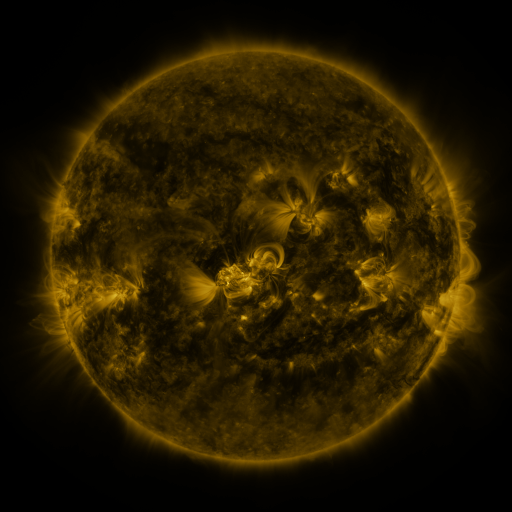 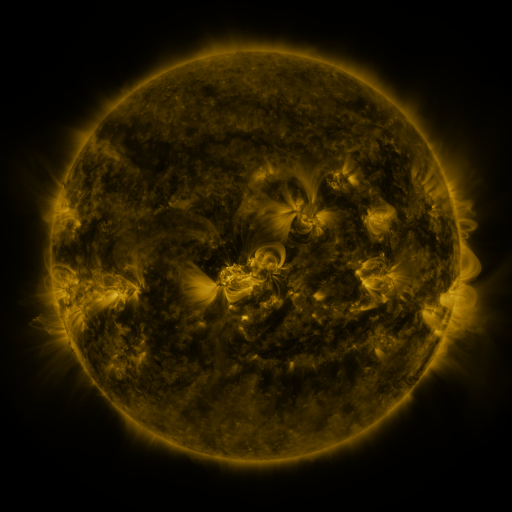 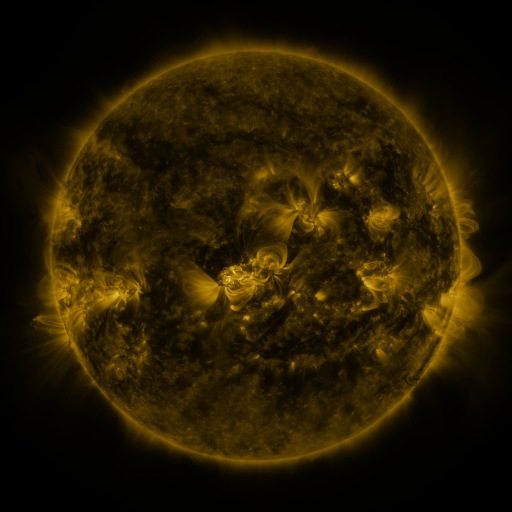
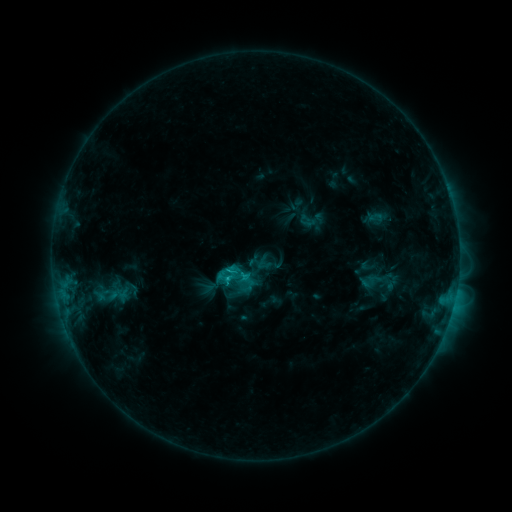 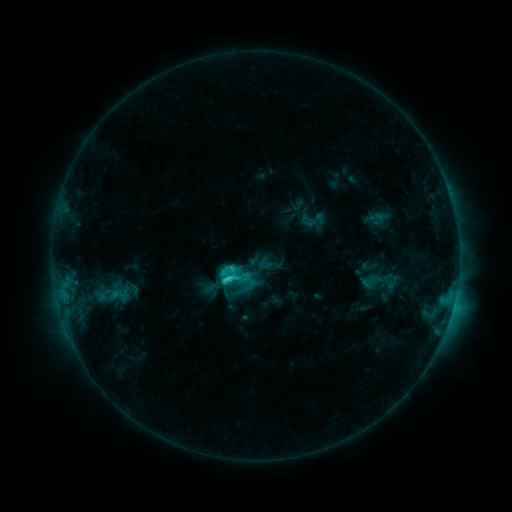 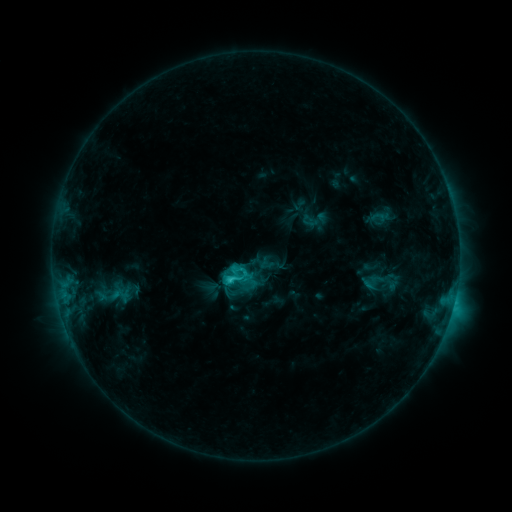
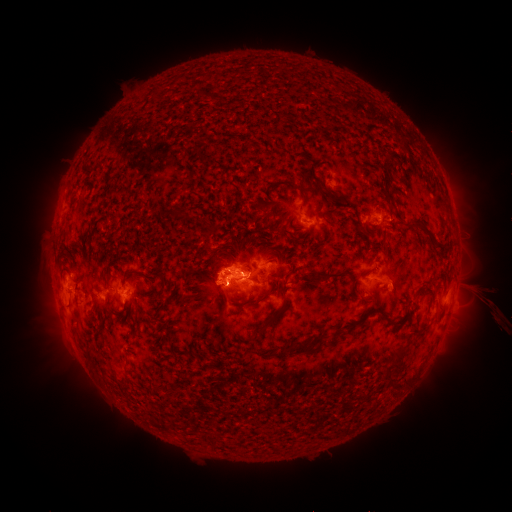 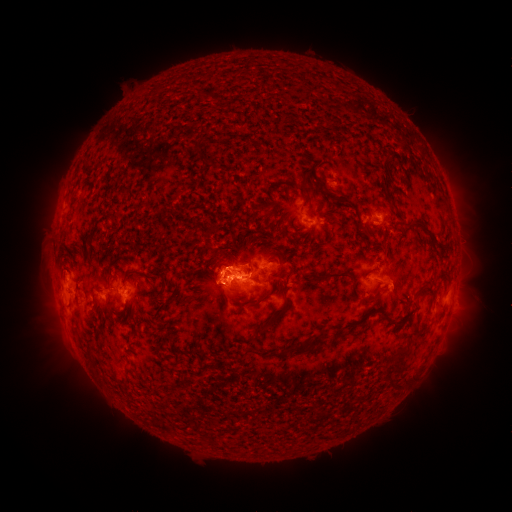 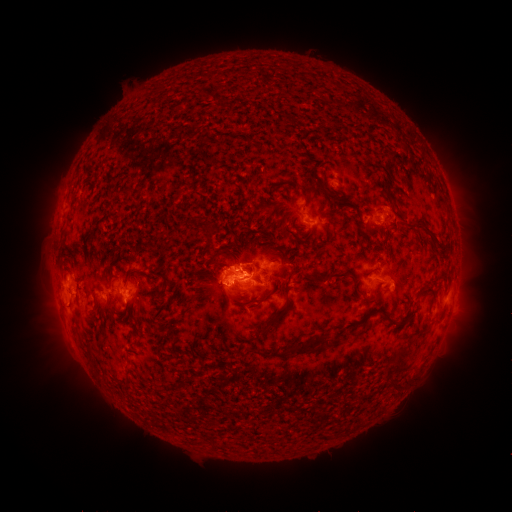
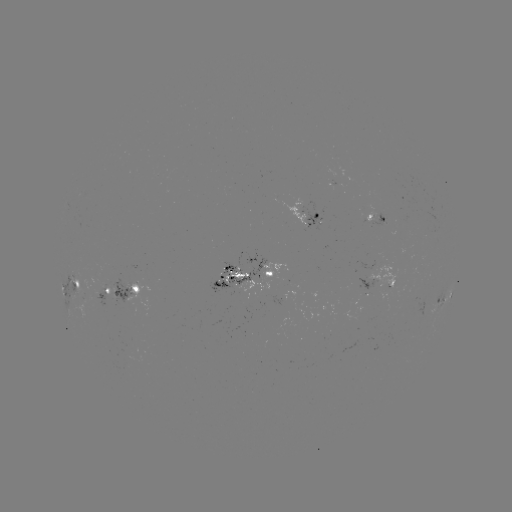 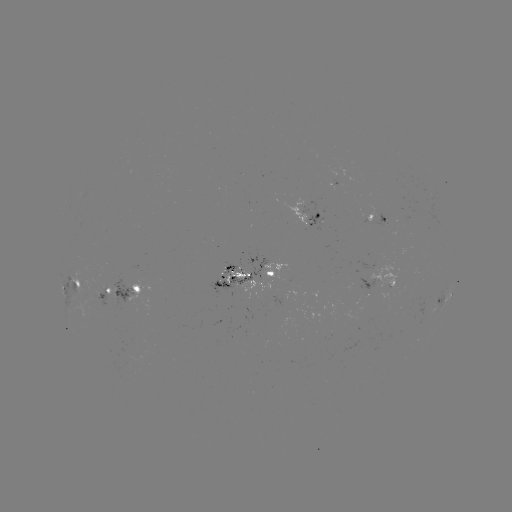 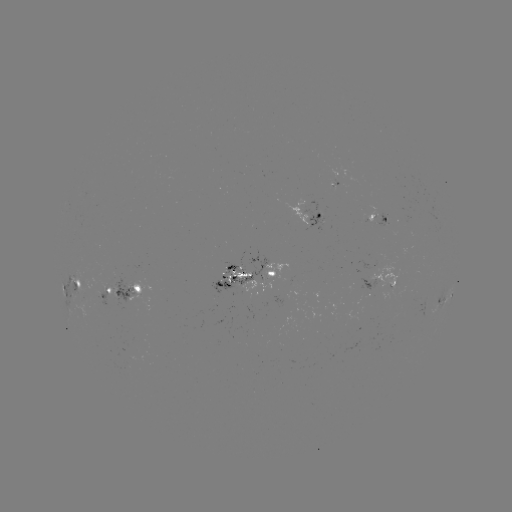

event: flare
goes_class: C5.8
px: (231, 278)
